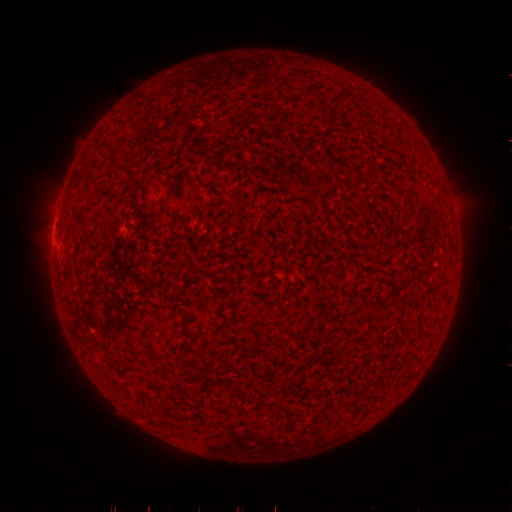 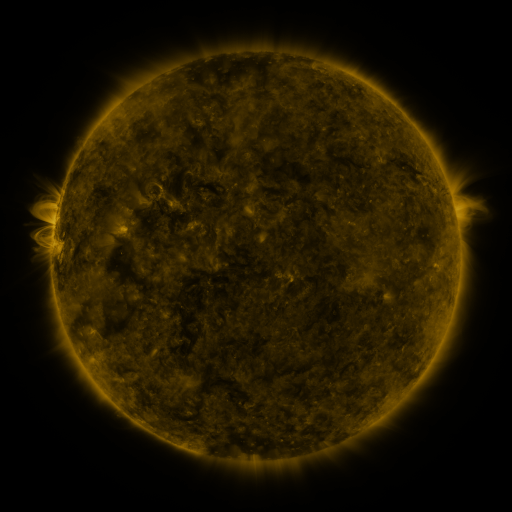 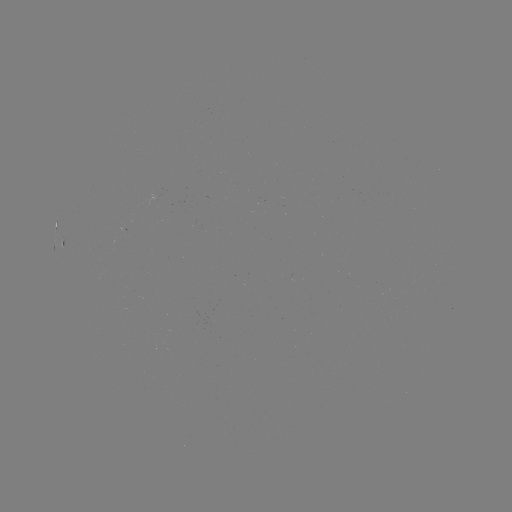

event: spotted active region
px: (62, 240)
